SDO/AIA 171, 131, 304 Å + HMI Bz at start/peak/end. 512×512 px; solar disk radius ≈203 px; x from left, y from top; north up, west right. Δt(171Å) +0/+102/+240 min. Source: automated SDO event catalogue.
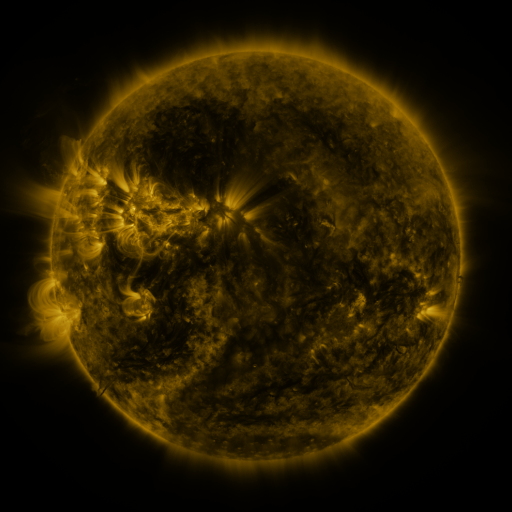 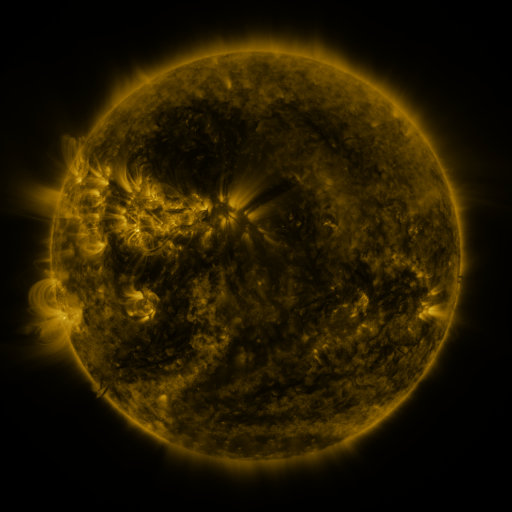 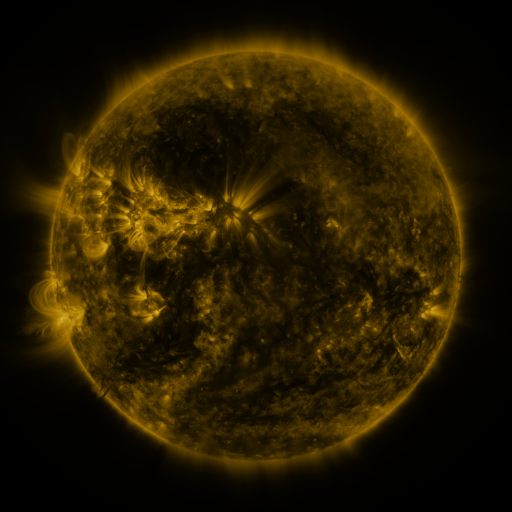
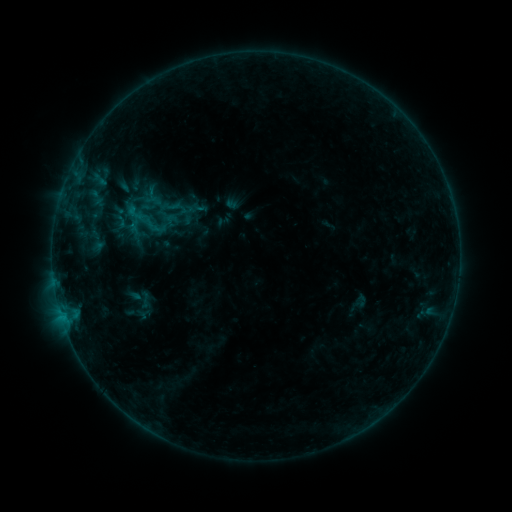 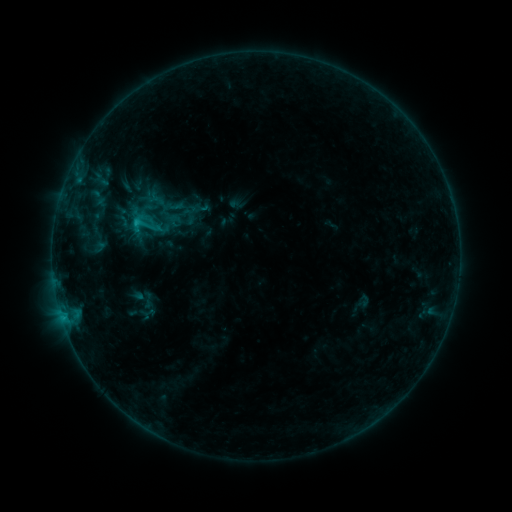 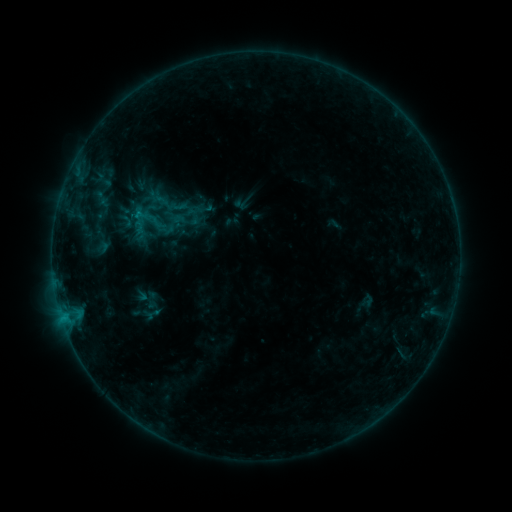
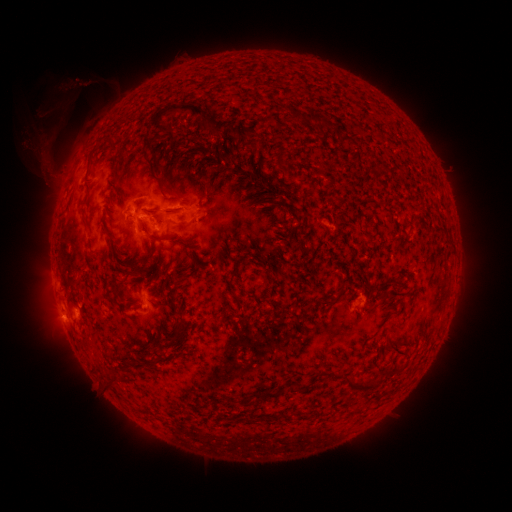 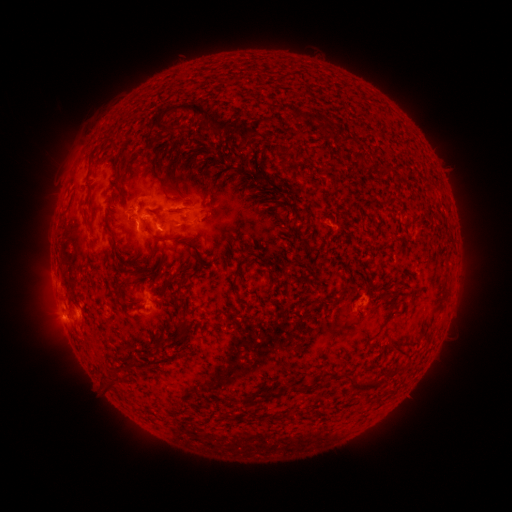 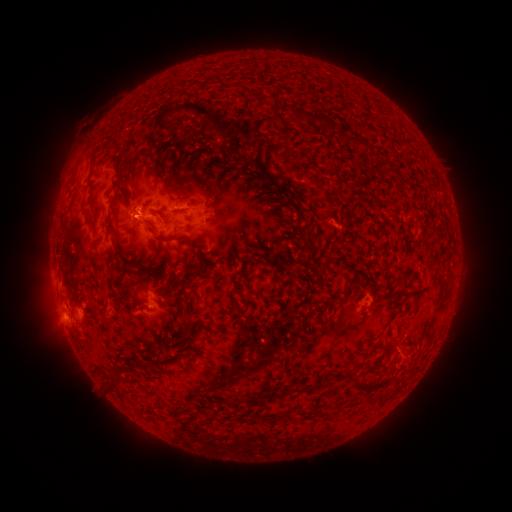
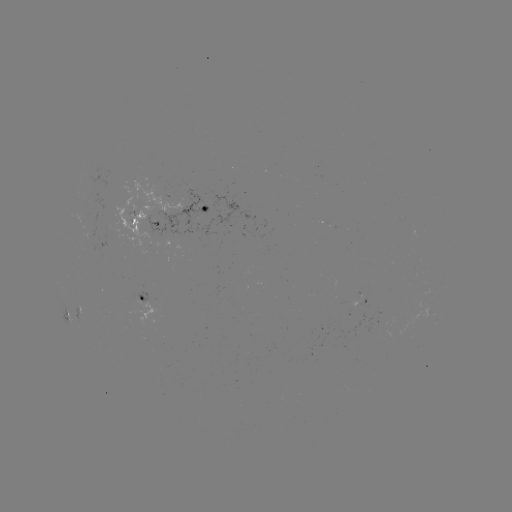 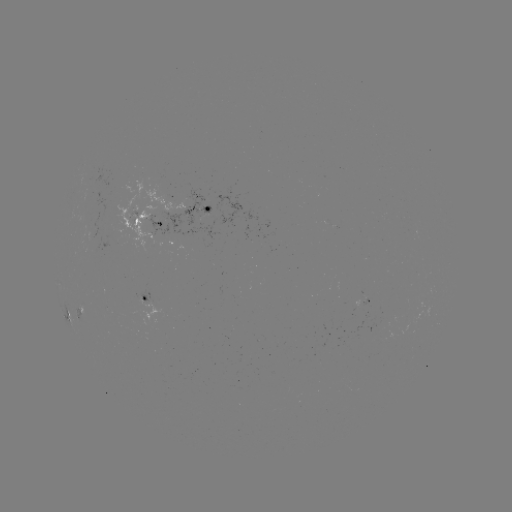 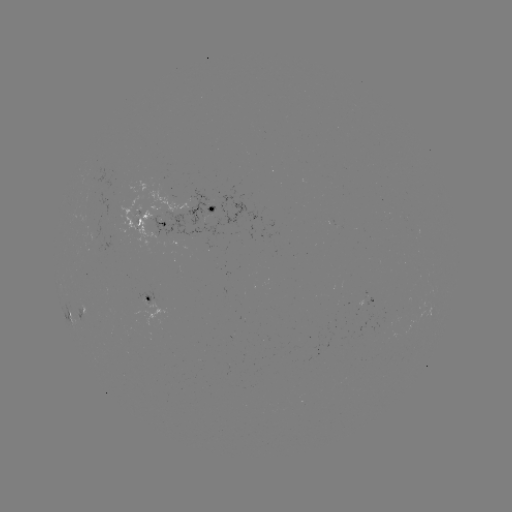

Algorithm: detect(C1.2 flare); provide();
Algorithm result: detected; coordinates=[62, 316]